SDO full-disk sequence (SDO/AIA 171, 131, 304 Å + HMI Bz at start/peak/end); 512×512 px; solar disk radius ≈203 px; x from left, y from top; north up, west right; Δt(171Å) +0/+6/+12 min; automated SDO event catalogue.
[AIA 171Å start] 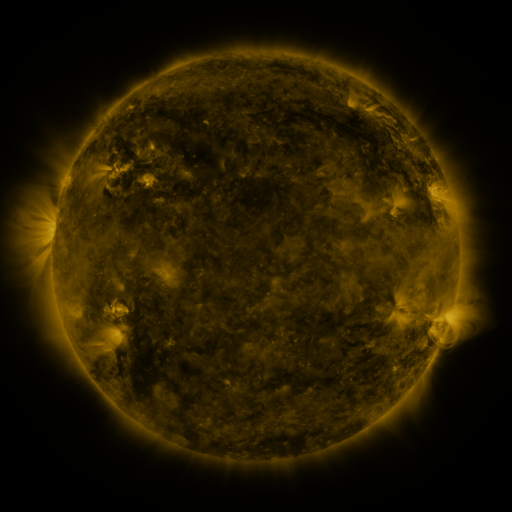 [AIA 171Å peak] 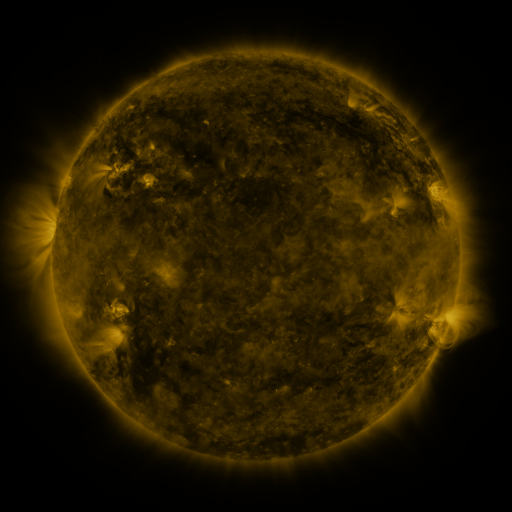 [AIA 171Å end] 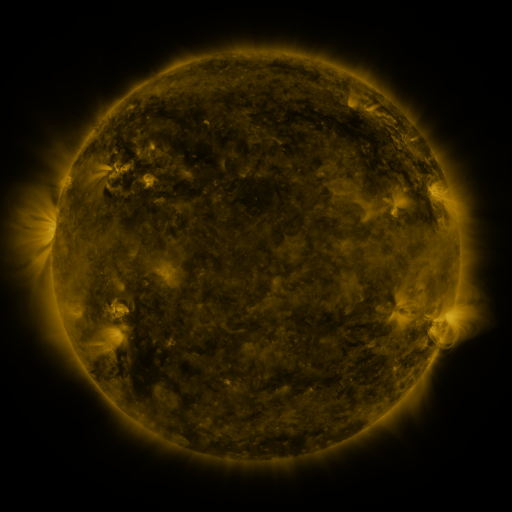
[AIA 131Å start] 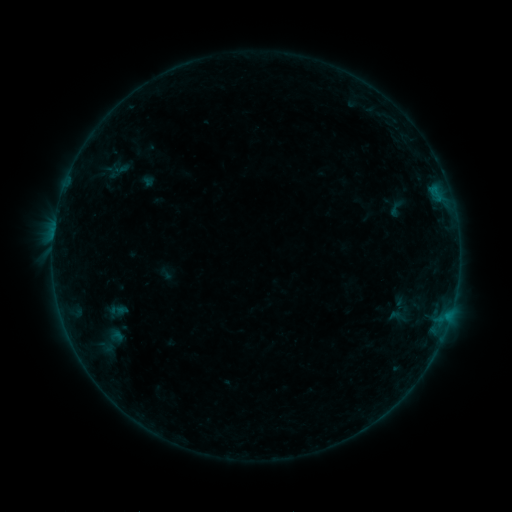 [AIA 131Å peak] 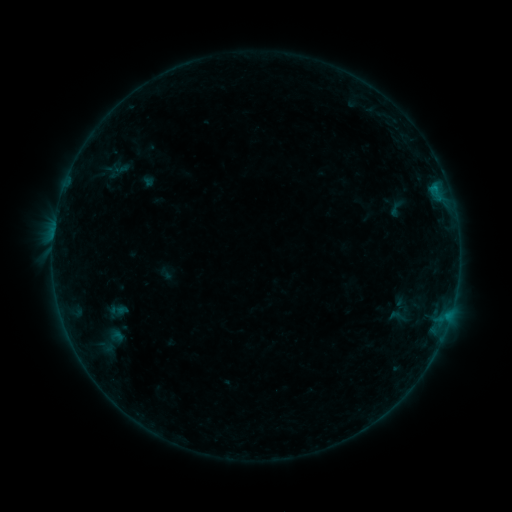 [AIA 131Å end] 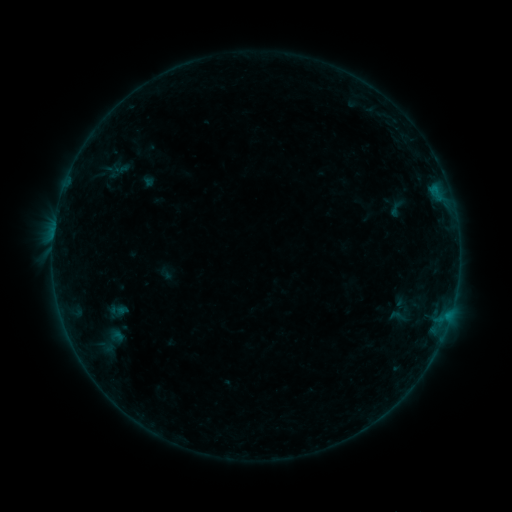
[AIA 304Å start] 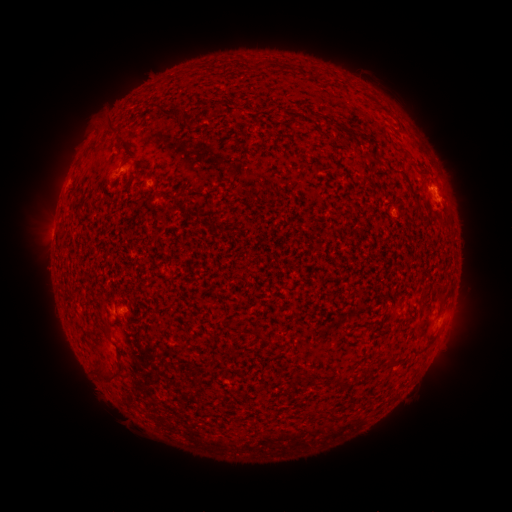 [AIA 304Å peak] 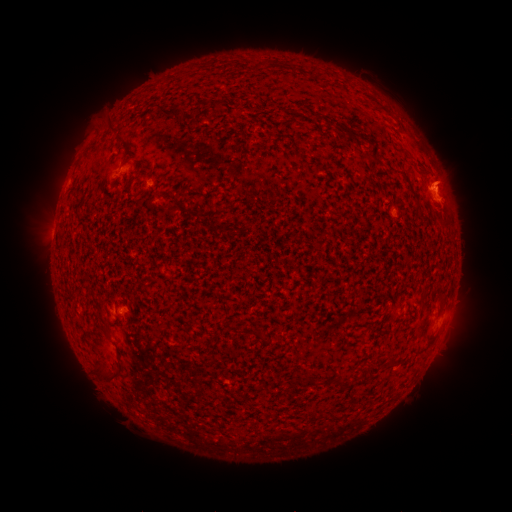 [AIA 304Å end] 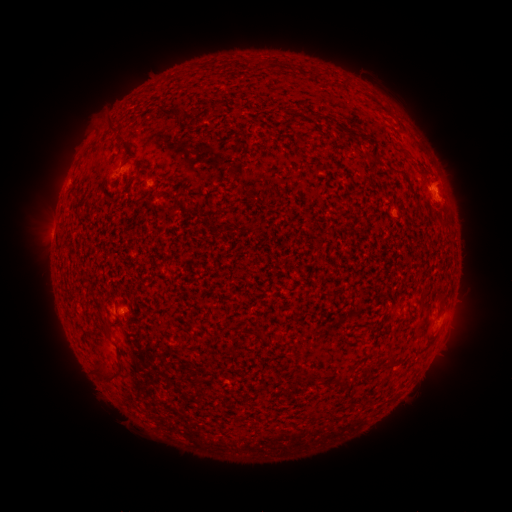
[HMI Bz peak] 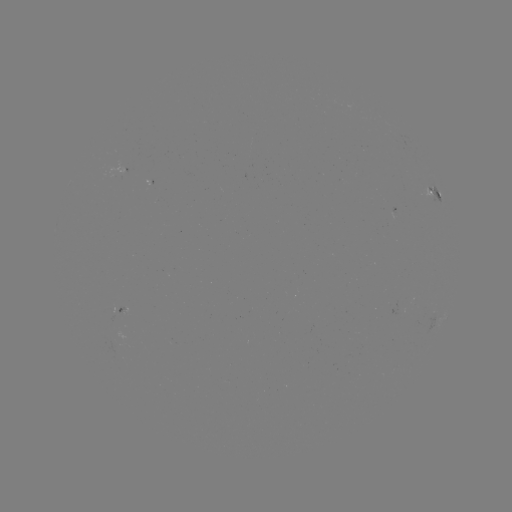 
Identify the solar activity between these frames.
eruption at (446, 175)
